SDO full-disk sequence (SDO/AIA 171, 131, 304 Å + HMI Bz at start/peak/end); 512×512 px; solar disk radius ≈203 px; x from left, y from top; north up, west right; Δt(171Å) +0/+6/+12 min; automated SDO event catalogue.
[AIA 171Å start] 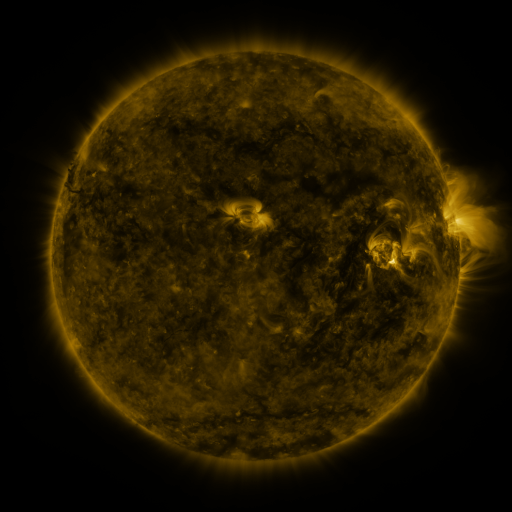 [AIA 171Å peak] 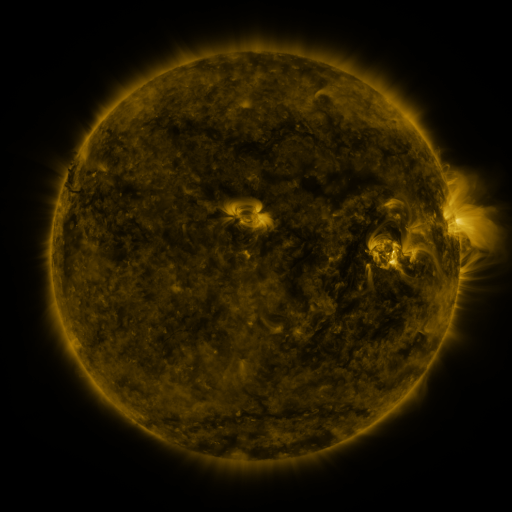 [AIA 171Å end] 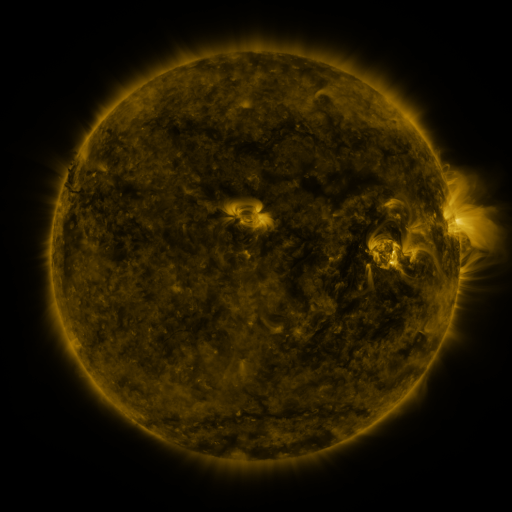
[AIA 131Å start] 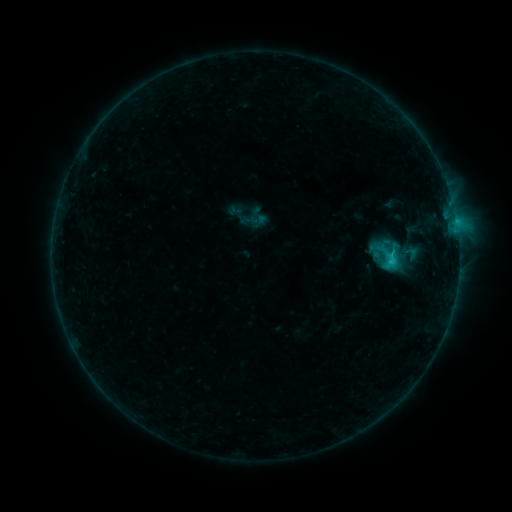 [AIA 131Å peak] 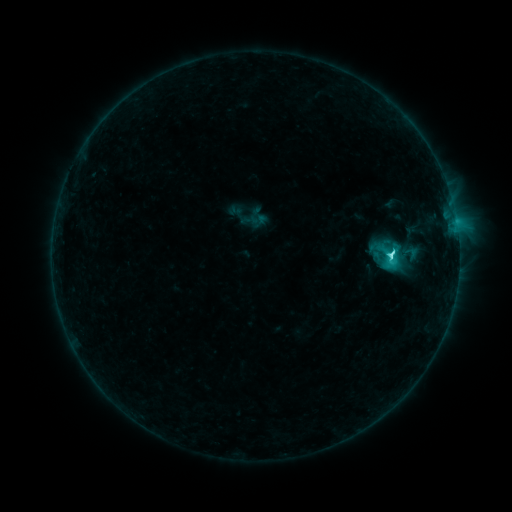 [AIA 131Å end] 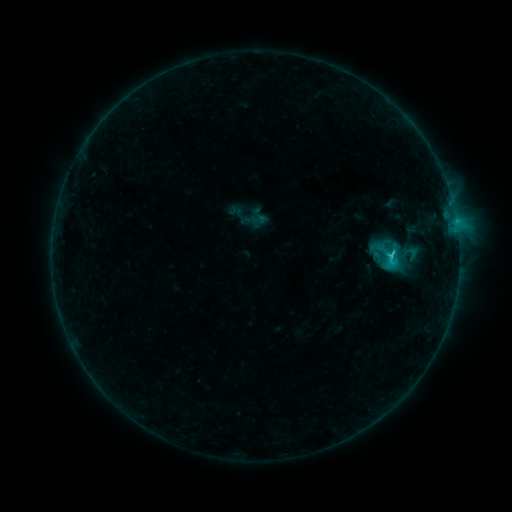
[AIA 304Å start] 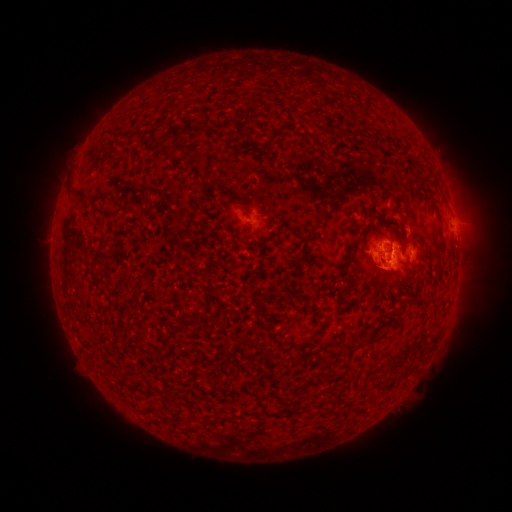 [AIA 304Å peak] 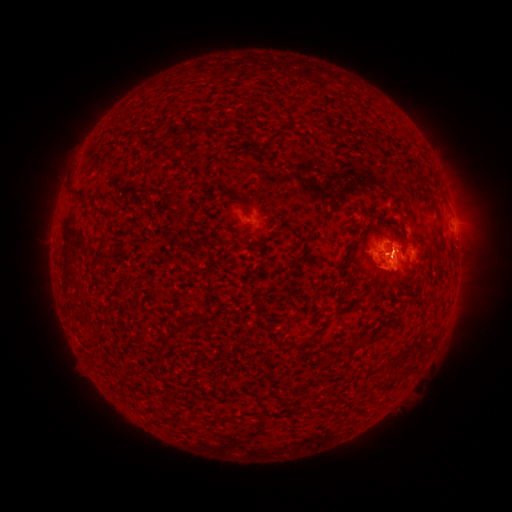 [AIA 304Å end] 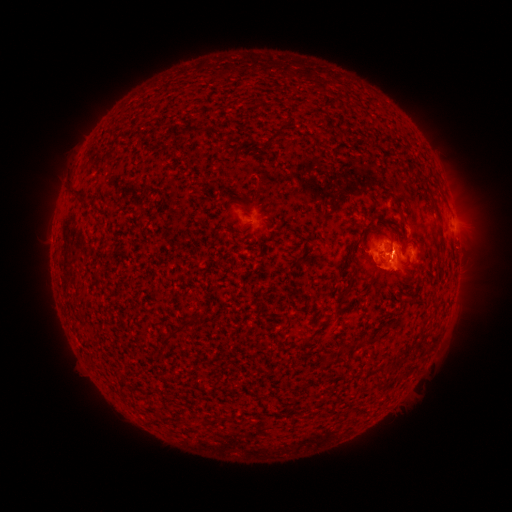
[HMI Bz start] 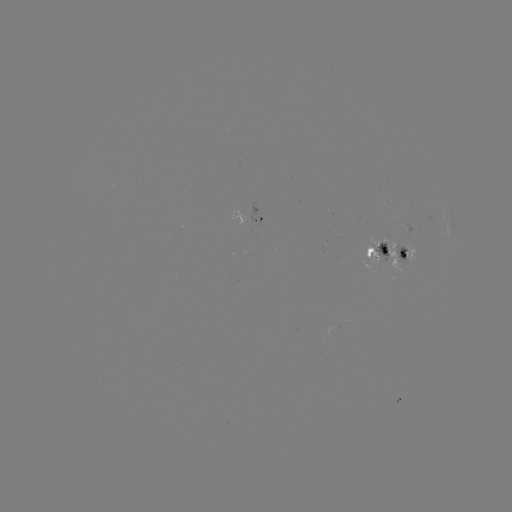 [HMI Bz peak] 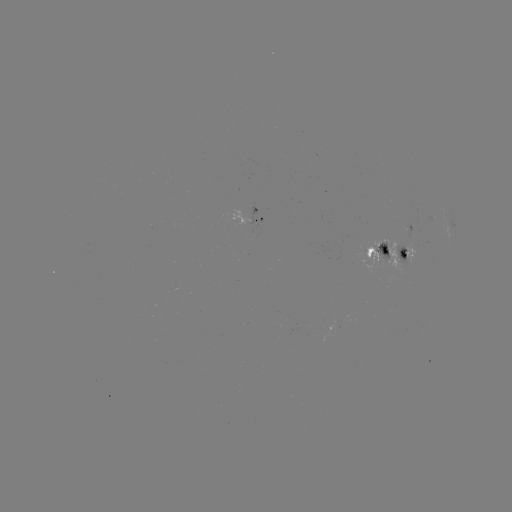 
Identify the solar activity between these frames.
C3.6 flare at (389, 258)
